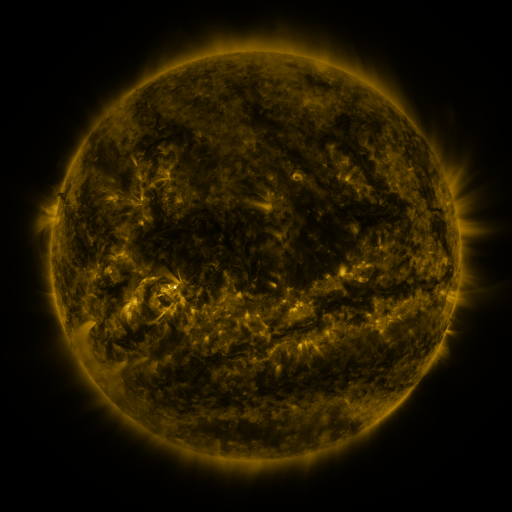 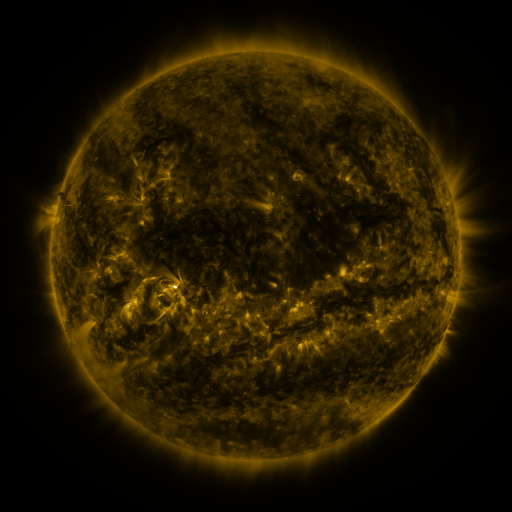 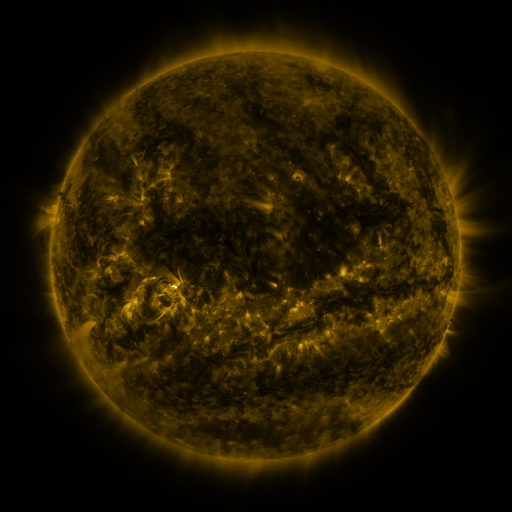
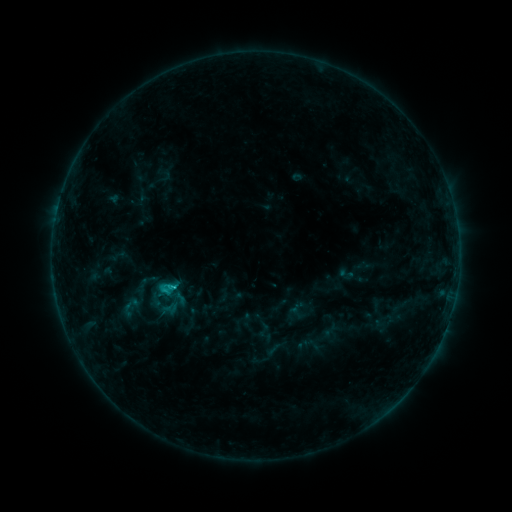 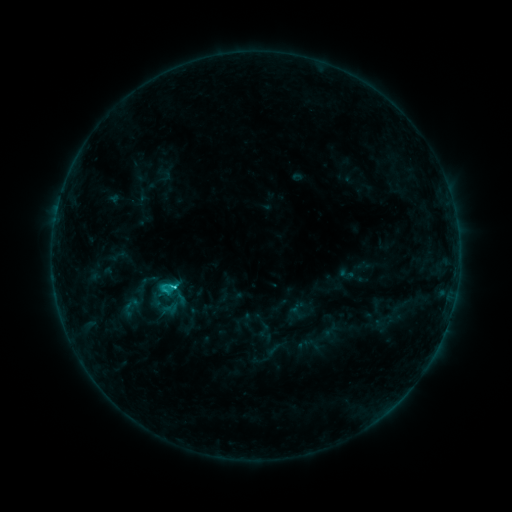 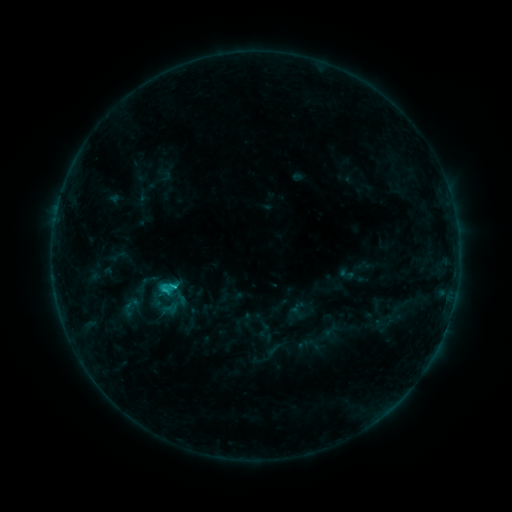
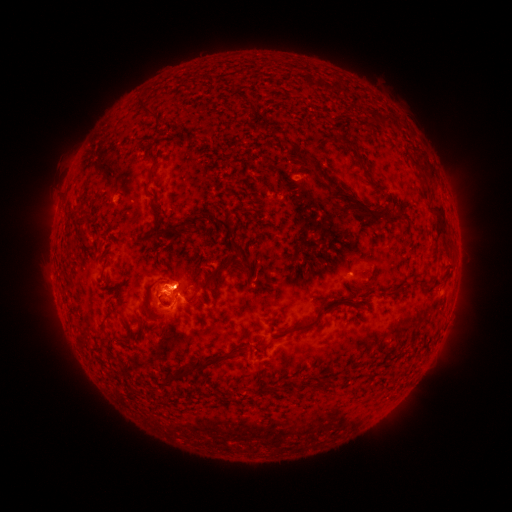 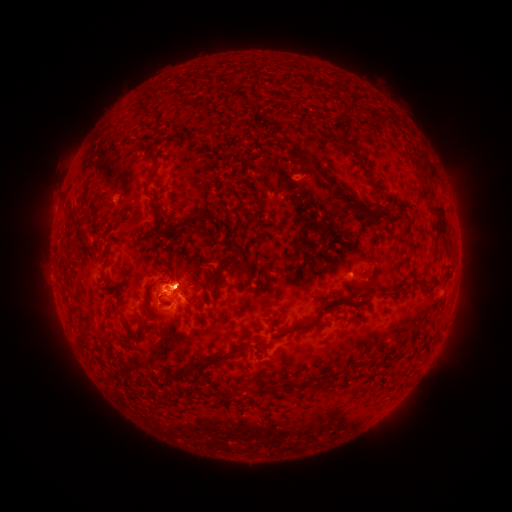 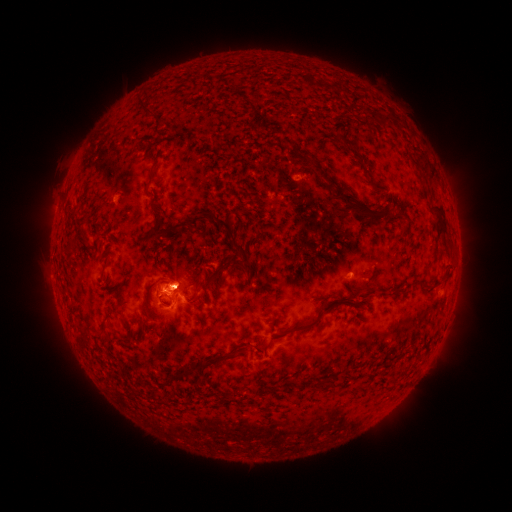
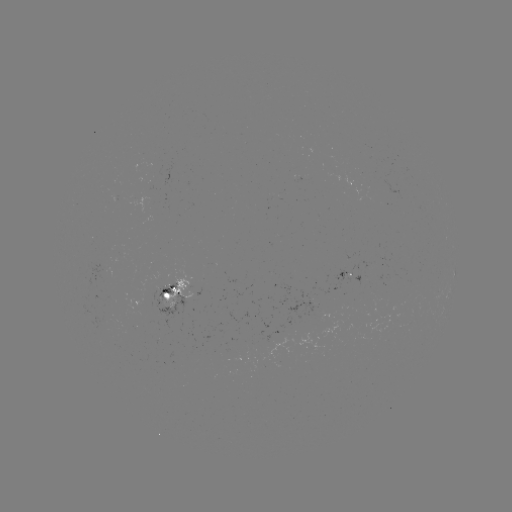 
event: eruption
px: (180, 273)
